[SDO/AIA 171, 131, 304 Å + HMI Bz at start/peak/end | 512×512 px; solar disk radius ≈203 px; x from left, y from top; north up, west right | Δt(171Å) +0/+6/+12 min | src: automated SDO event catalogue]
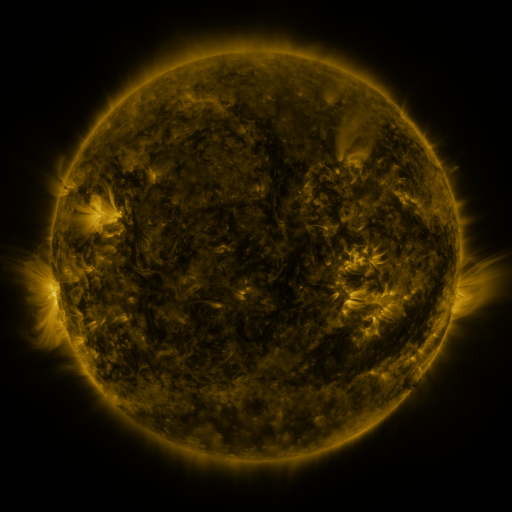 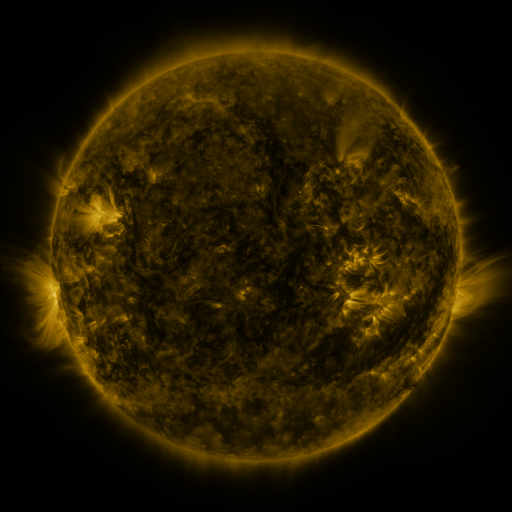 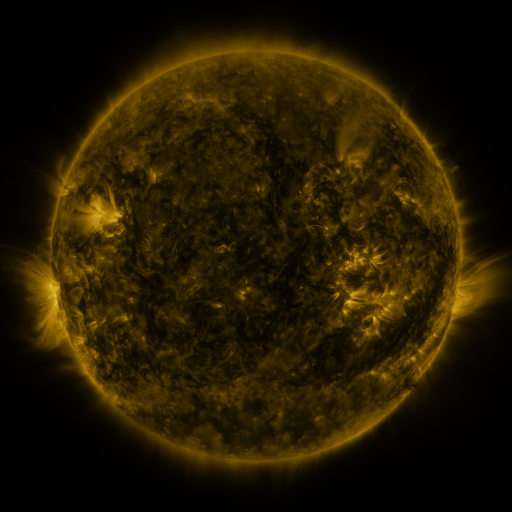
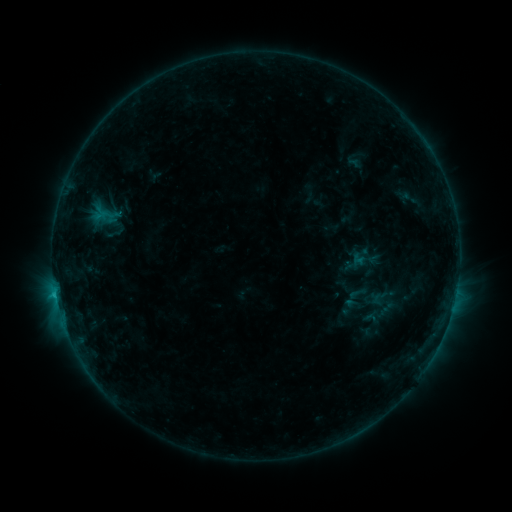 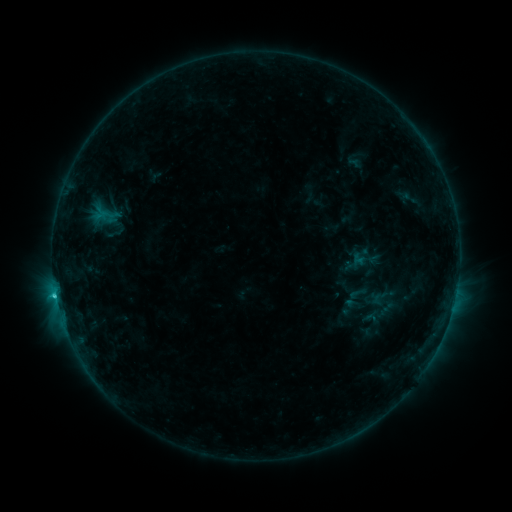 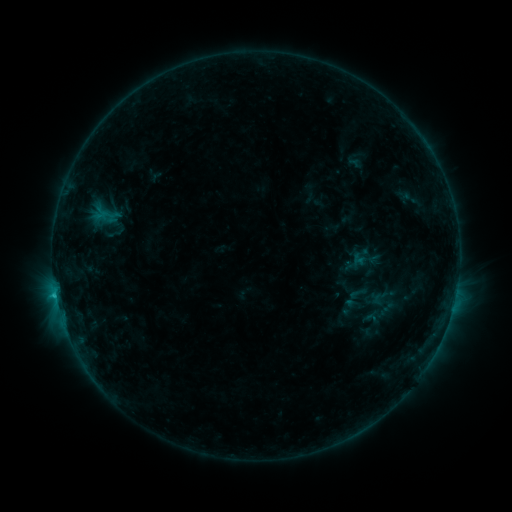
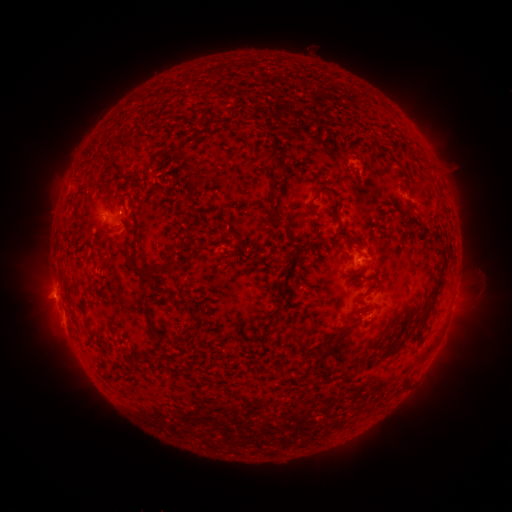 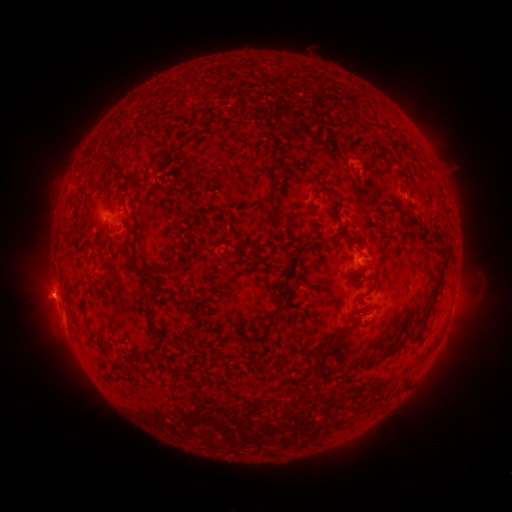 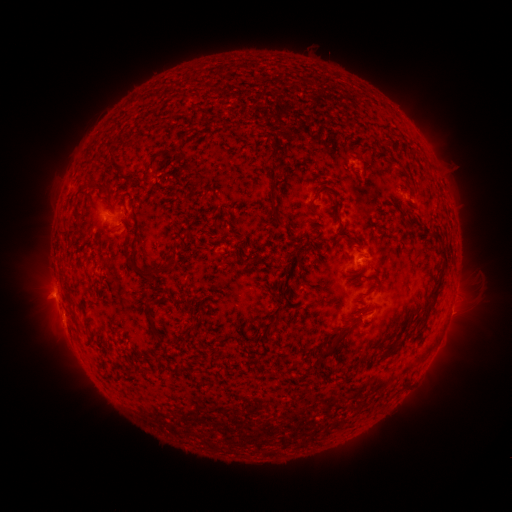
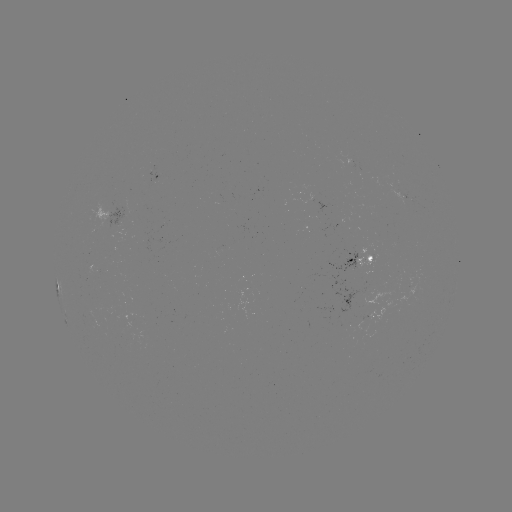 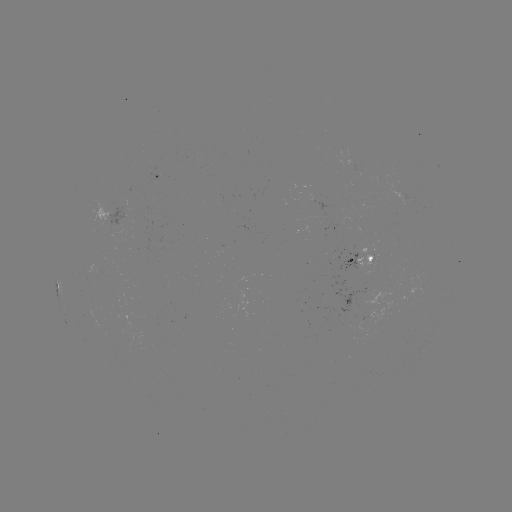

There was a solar flare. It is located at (56, 294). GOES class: C1.2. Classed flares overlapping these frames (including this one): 1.